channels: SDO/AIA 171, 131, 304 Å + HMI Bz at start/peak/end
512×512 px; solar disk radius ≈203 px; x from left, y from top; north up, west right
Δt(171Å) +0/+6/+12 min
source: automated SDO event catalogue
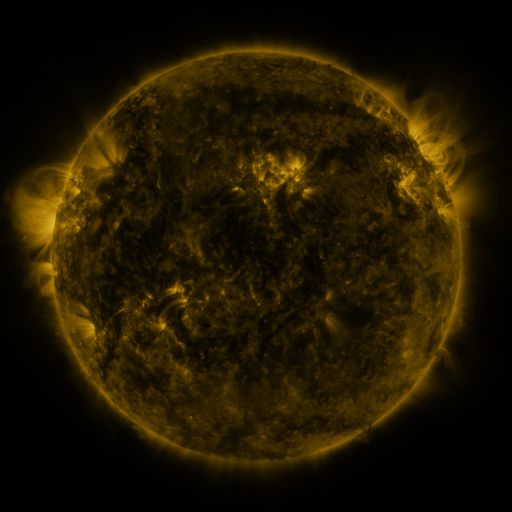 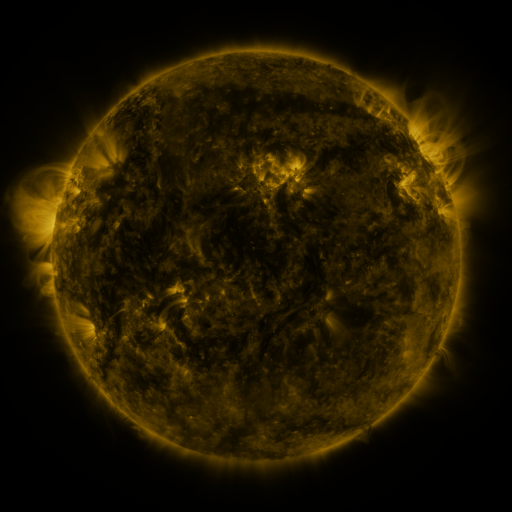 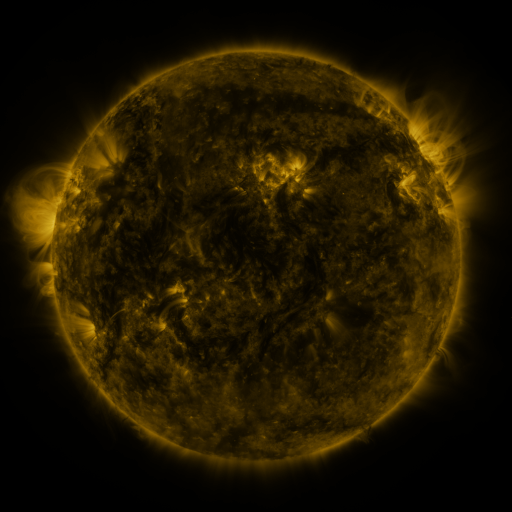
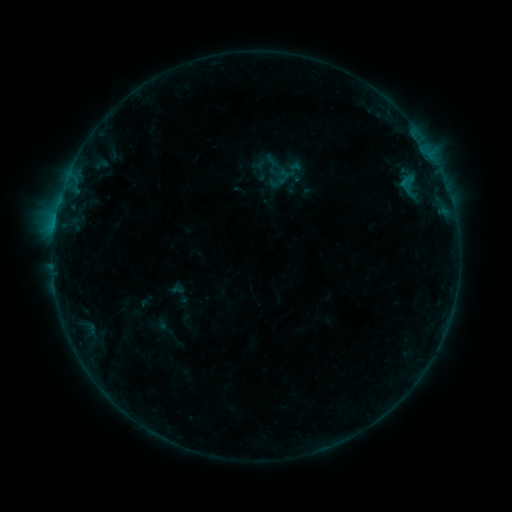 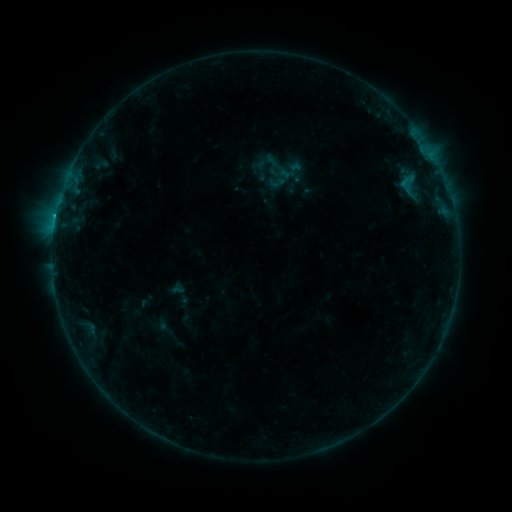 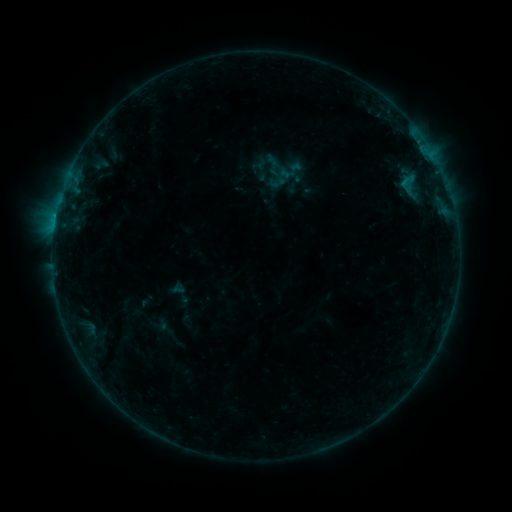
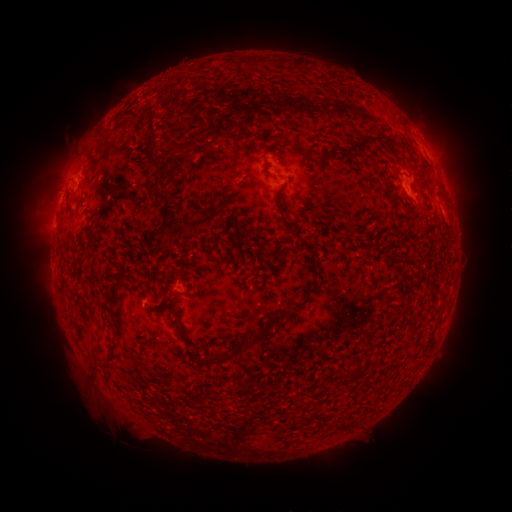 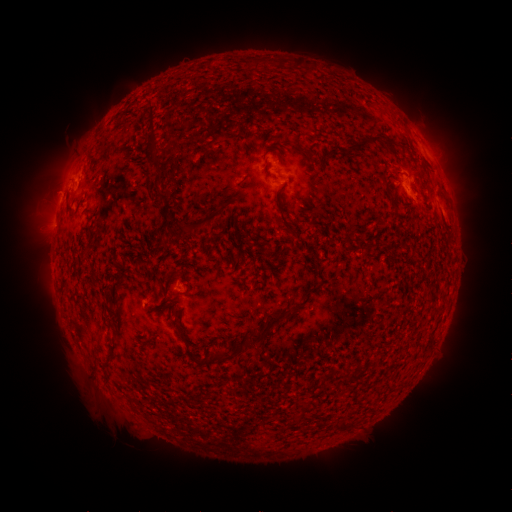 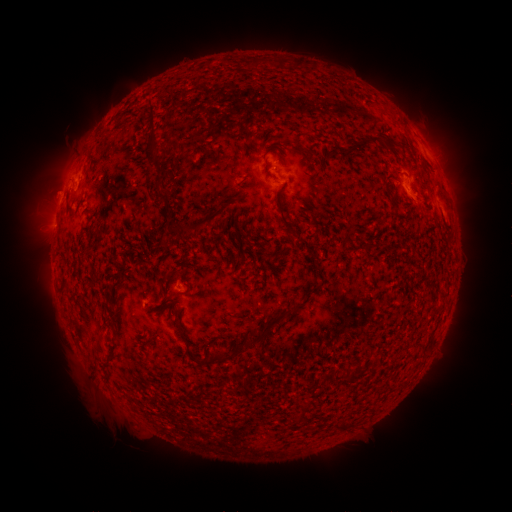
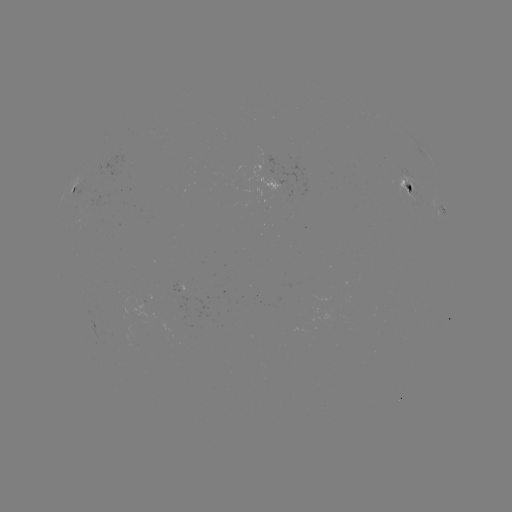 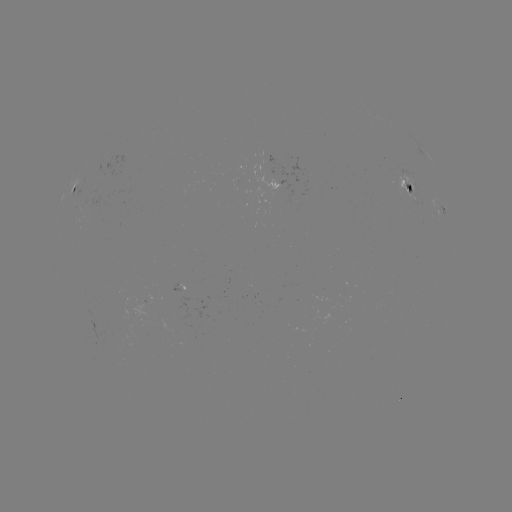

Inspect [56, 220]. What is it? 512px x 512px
B4.5 flare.